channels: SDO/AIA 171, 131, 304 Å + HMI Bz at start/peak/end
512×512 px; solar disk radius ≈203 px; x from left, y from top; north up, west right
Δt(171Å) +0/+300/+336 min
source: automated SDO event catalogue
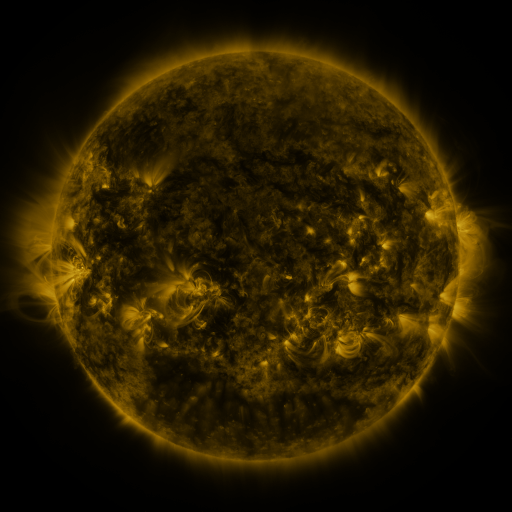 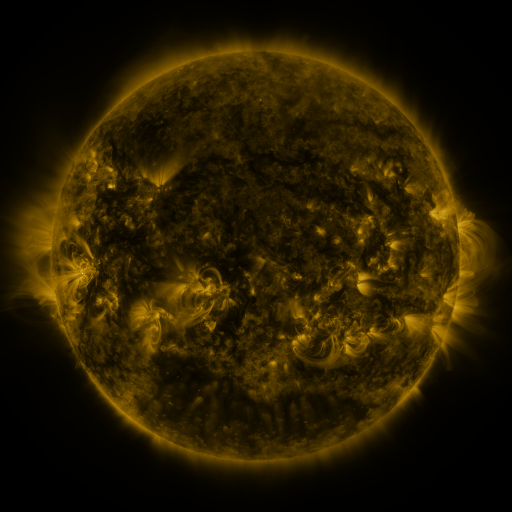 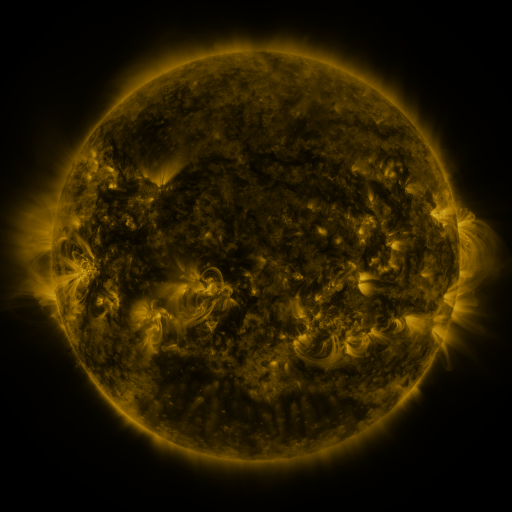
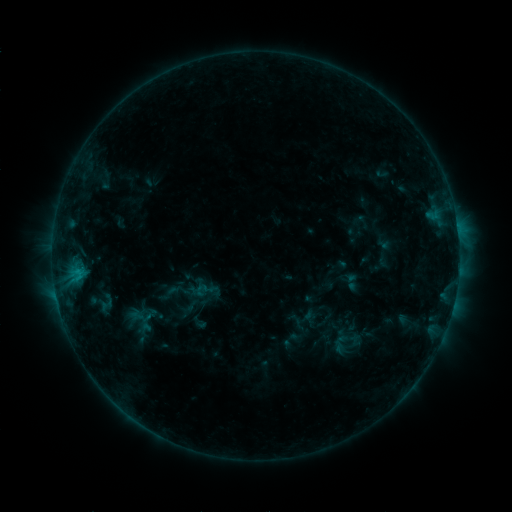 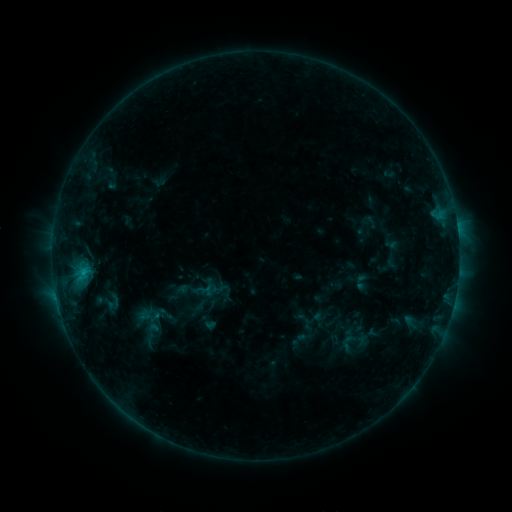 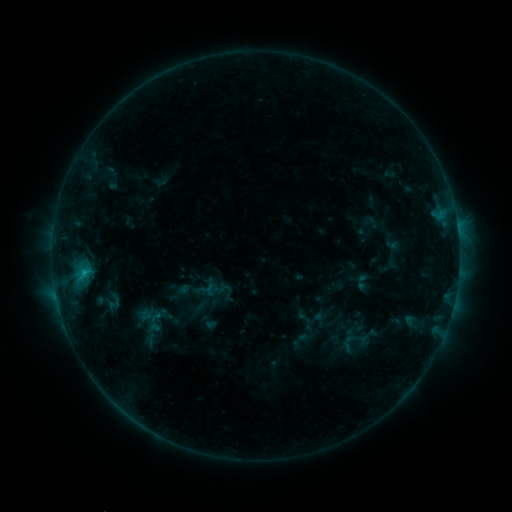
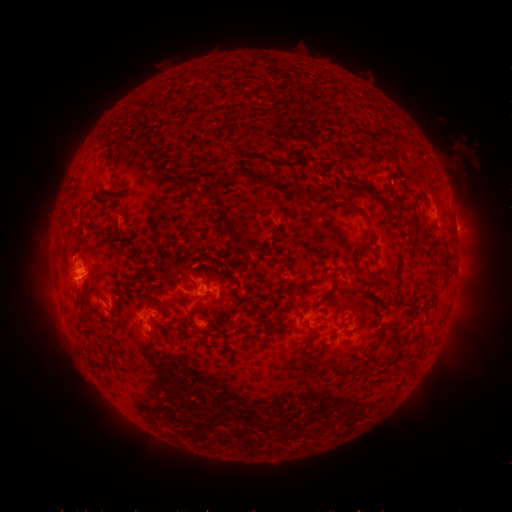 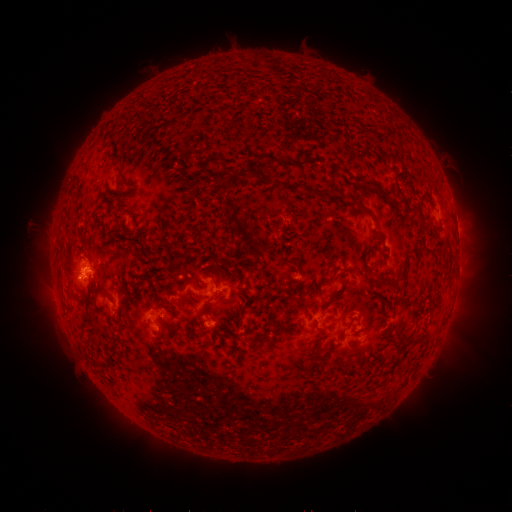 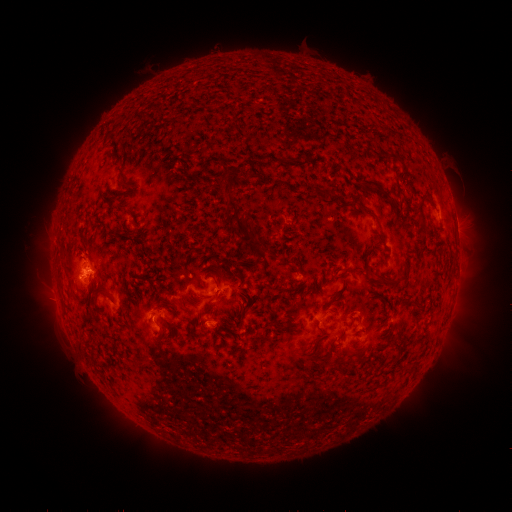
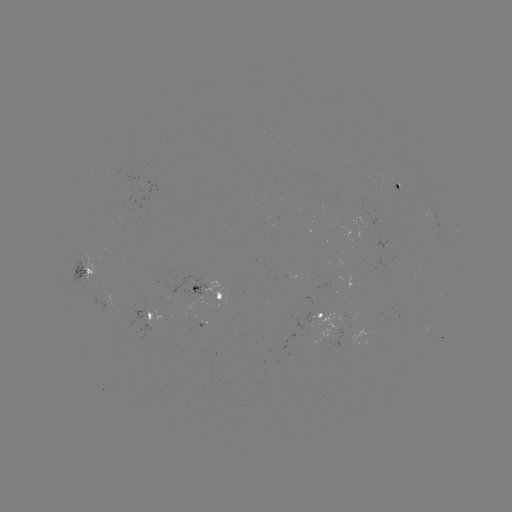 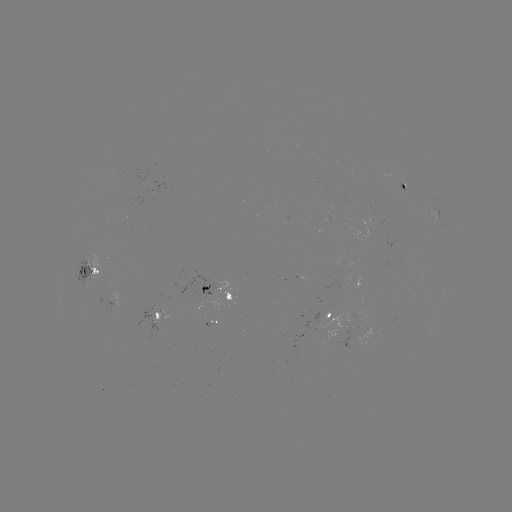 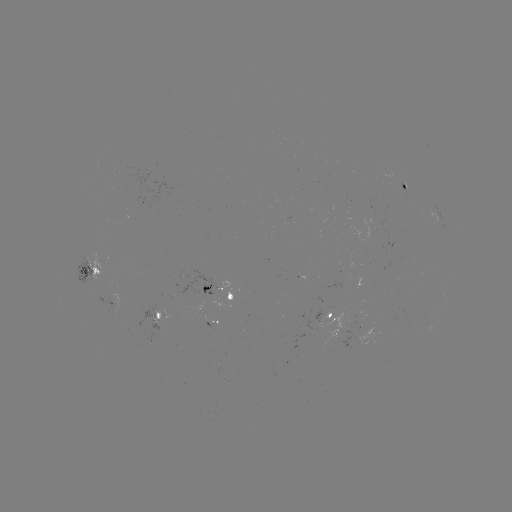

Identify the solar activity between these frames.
emerging-flux region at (210, 326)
